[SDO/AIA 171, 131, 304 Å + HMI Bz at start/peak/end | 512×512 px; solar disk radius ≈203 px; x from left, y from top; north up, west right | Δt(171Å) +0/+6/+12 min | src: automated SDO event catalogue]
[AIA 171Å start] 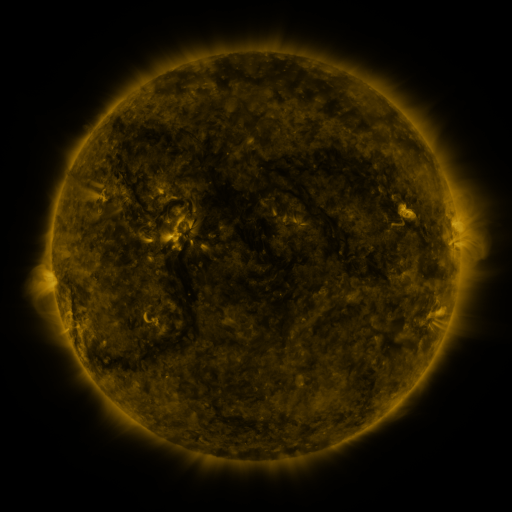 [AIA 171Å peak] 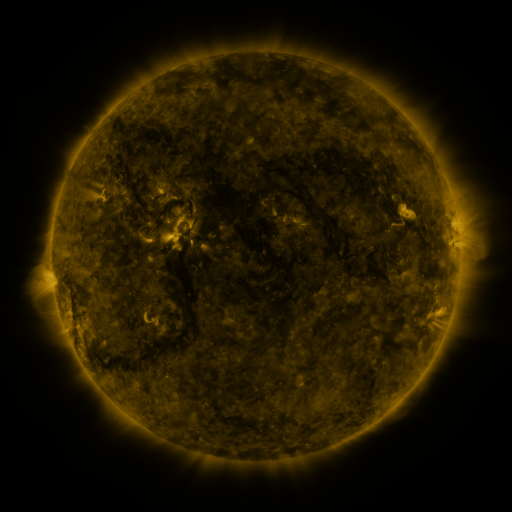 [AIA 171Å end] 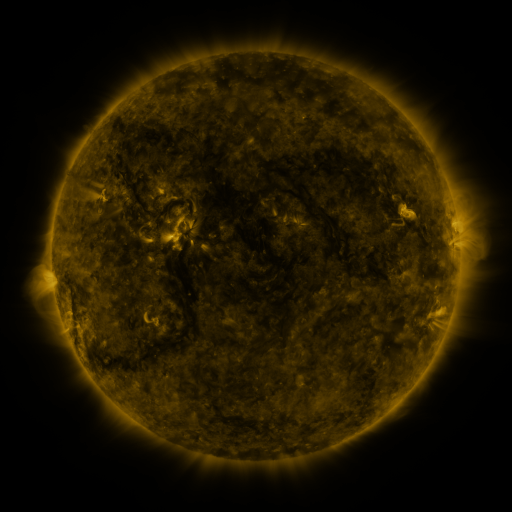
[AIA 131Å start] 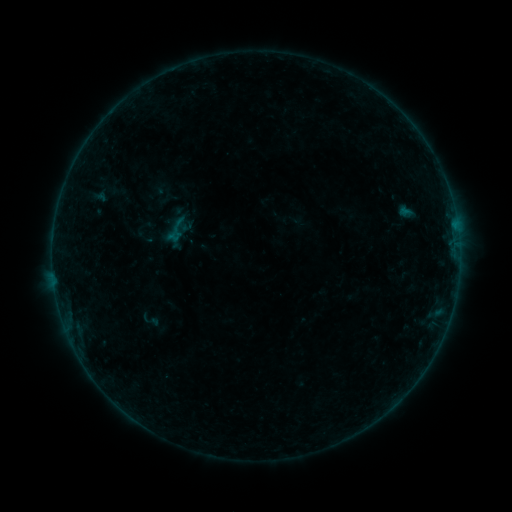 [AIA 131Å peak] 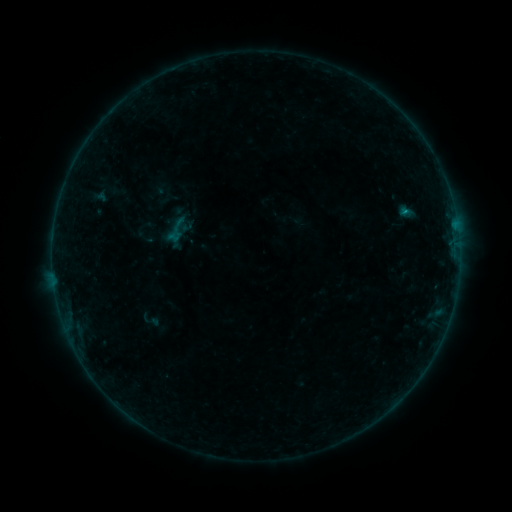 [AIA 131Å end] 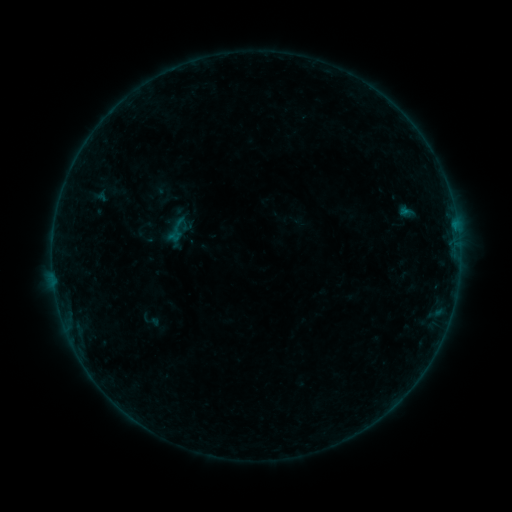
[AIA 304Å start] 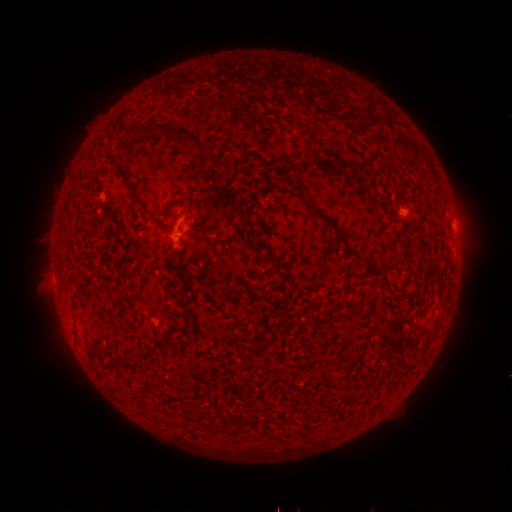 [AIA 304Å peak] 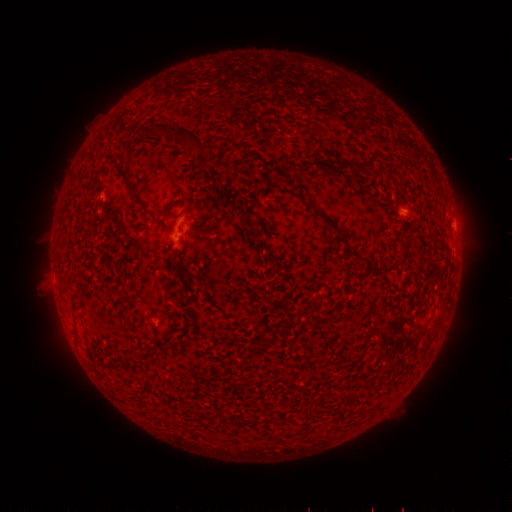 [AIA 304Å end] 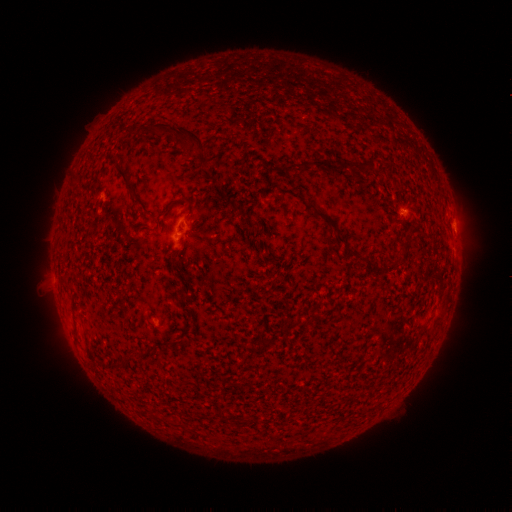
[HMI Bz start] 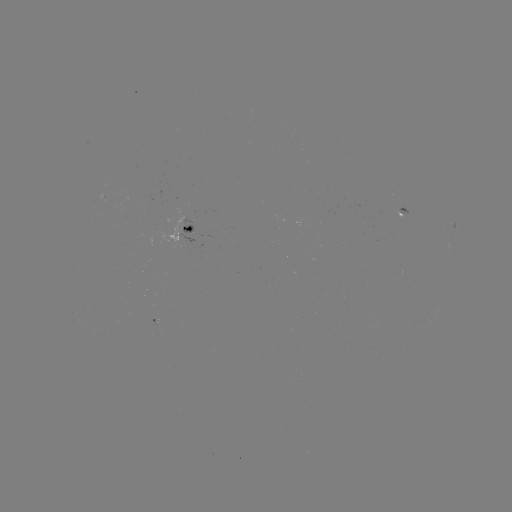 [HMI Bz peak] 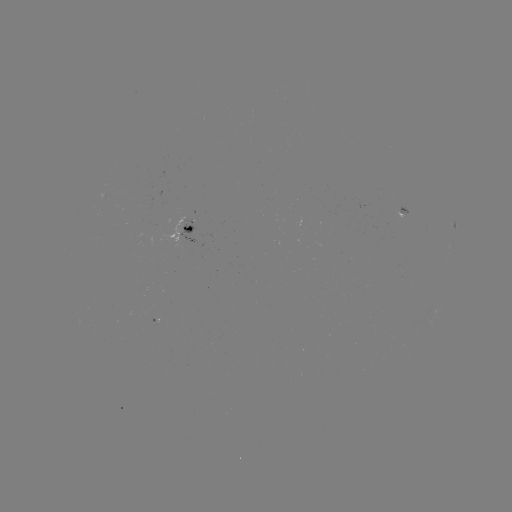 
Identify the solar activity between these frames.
B2.0 flare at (403, 213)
